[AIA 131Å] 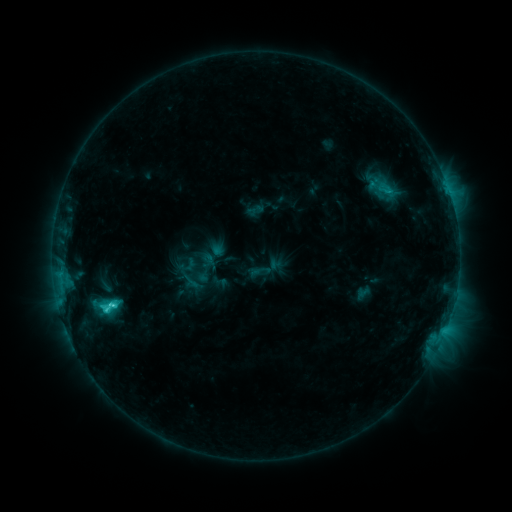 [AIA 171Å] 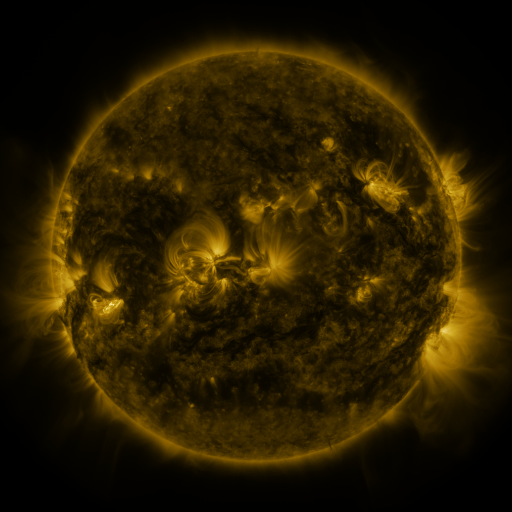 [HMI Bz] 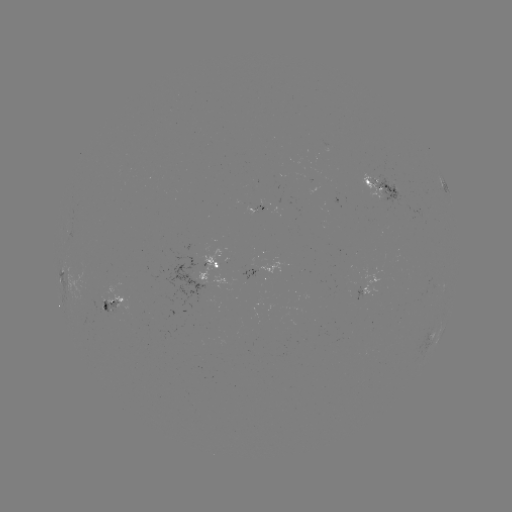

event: sigmoid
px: (387, 188)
